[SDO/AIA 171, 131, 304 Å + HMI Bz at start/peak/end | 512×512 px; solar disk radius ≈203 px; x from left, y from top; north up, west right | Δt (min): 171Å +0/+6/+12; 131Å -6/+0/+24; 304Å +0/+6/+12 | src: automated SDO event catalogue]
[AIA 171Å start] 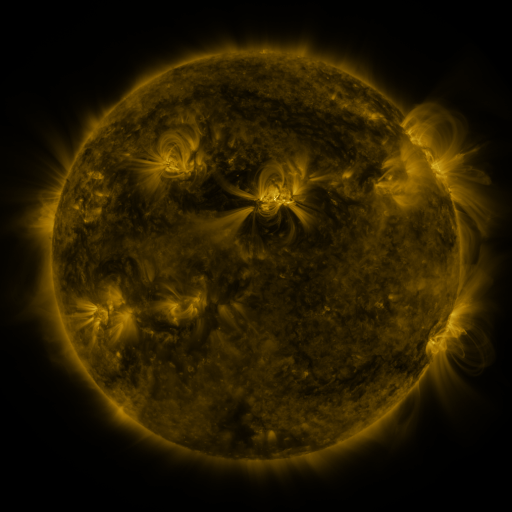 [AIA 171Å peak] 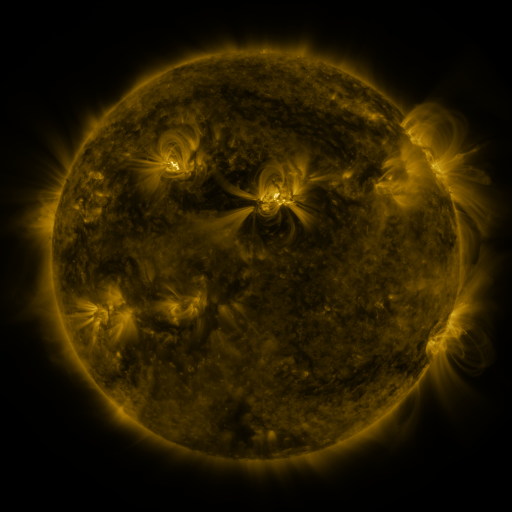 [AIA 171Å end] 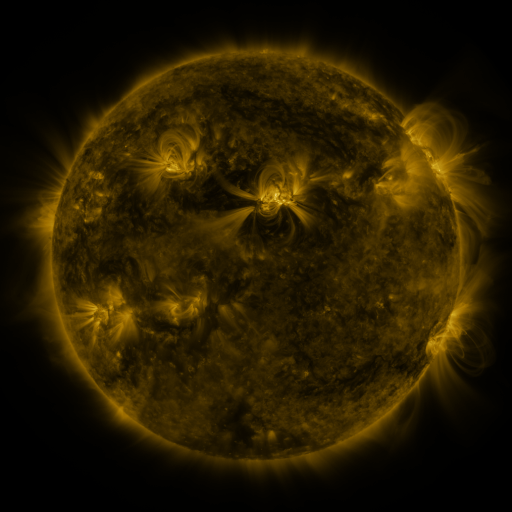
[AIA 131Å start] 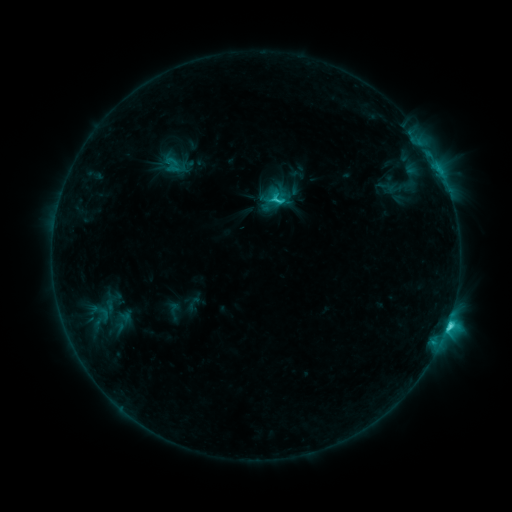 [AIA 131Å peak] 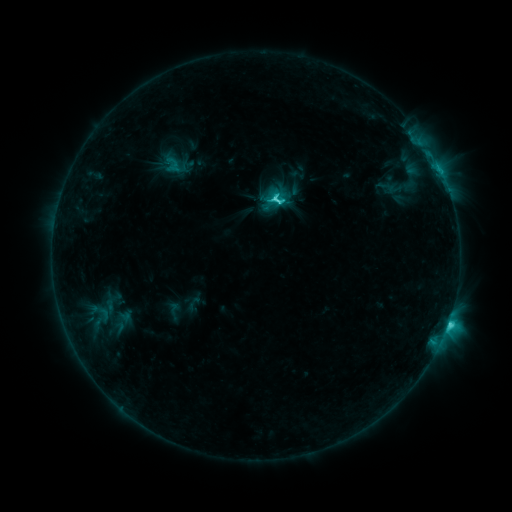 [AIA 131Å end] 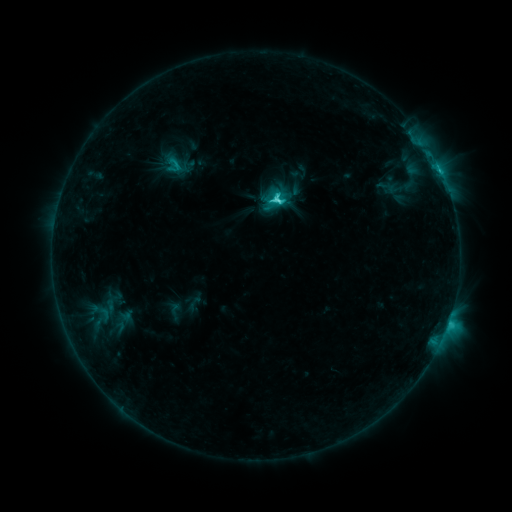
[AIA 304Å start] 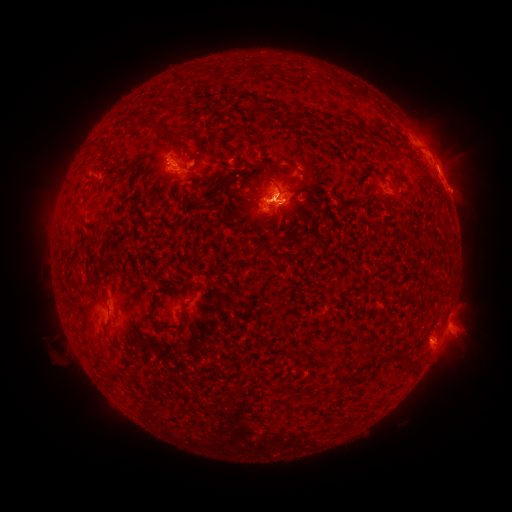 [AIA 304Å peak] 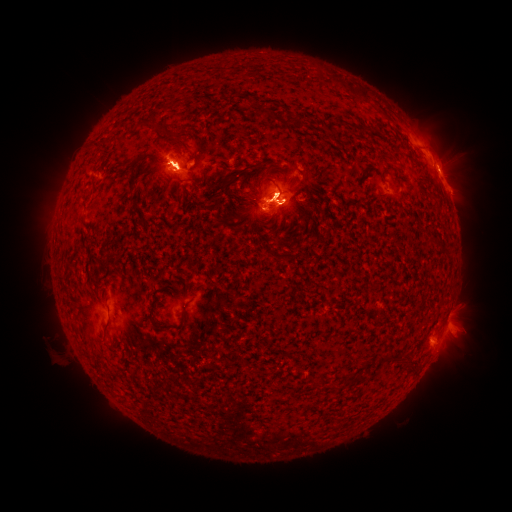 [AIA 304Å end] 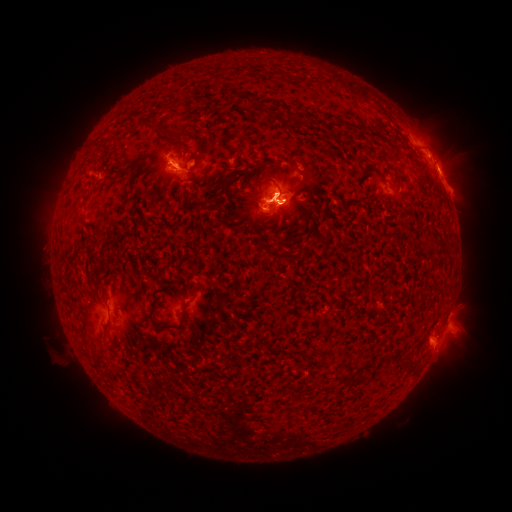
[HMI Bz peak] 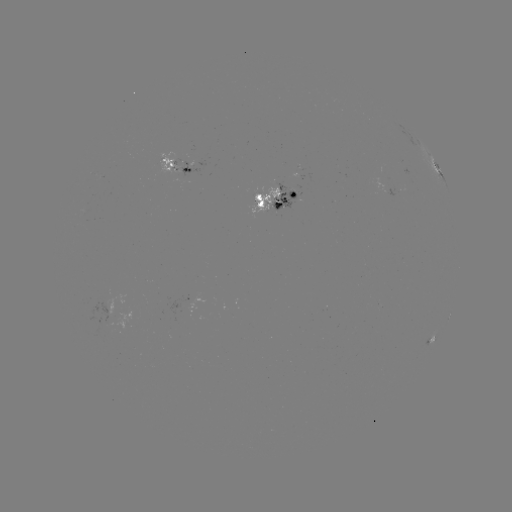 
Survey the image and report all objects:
eruption: (460, 348)
